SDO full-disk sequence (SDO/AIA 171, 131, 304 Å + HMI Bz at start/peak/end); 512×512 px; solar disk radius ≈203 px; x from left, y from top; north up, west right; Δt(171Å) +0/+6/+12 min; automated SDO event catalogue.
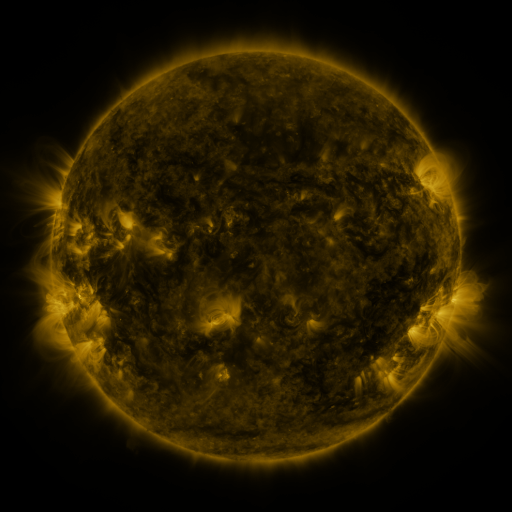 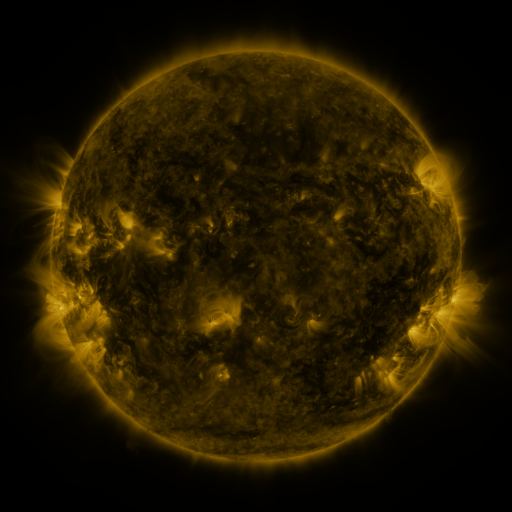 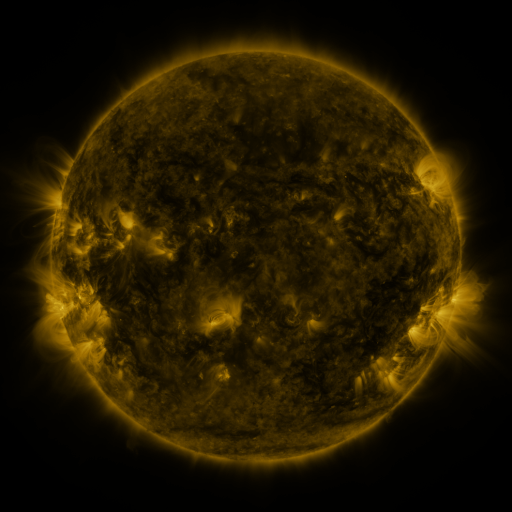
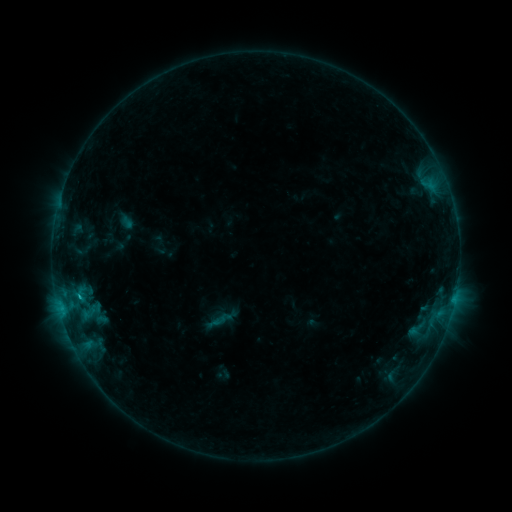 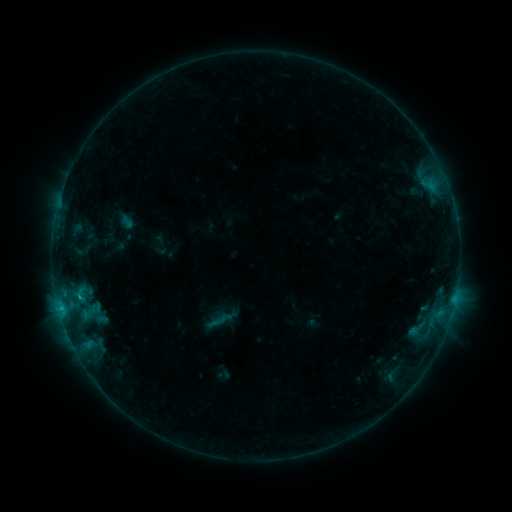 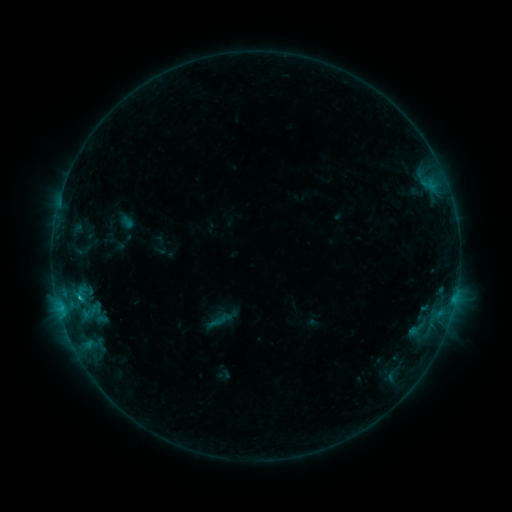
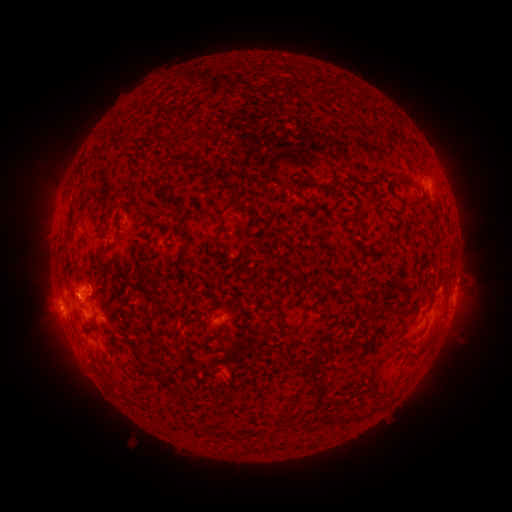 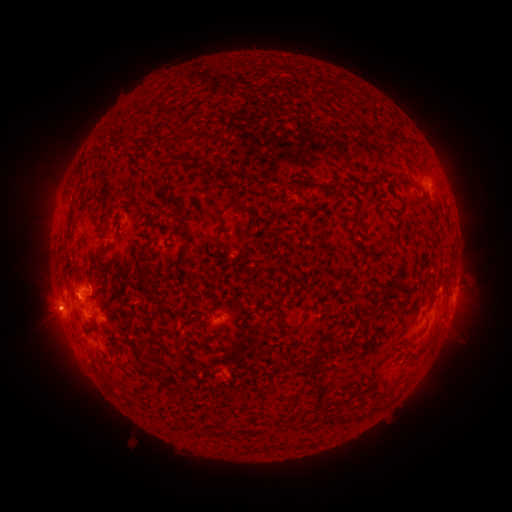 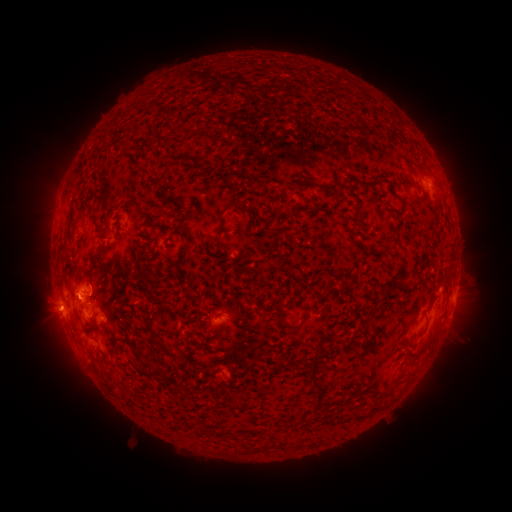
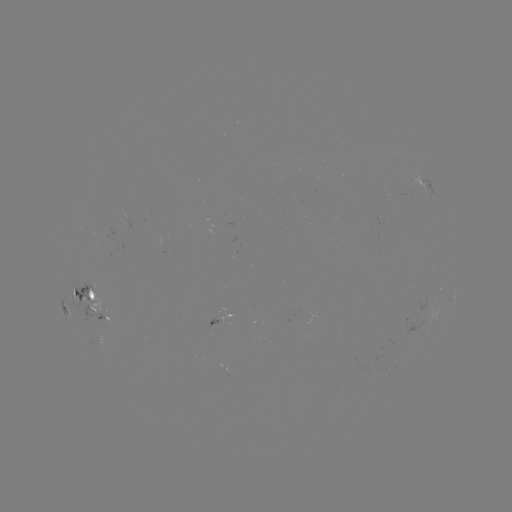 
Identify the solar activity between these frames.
C1.1 flare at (80, 296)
